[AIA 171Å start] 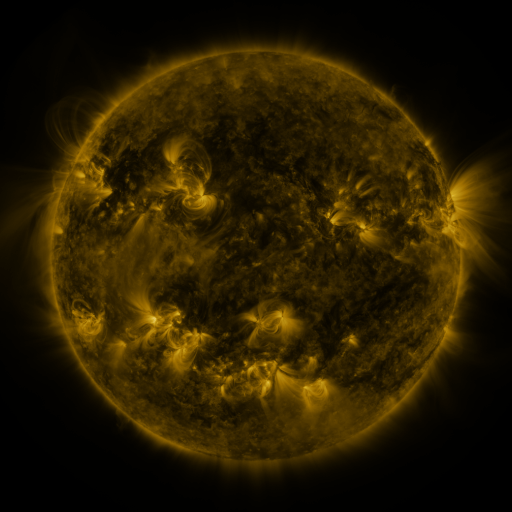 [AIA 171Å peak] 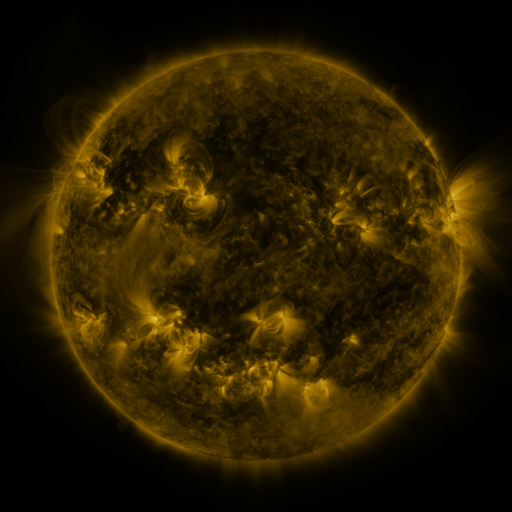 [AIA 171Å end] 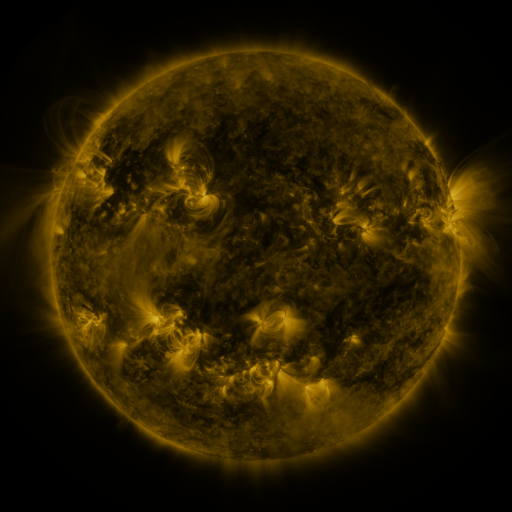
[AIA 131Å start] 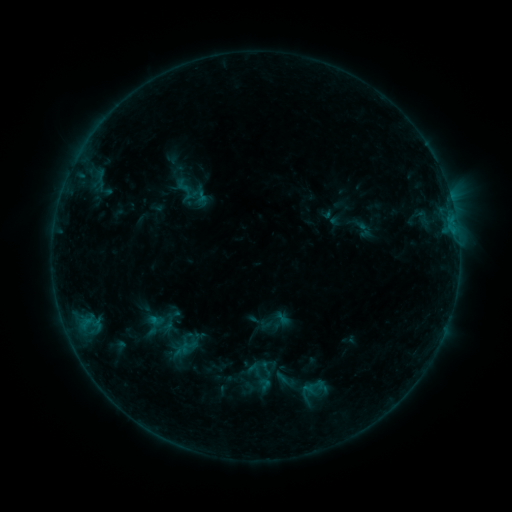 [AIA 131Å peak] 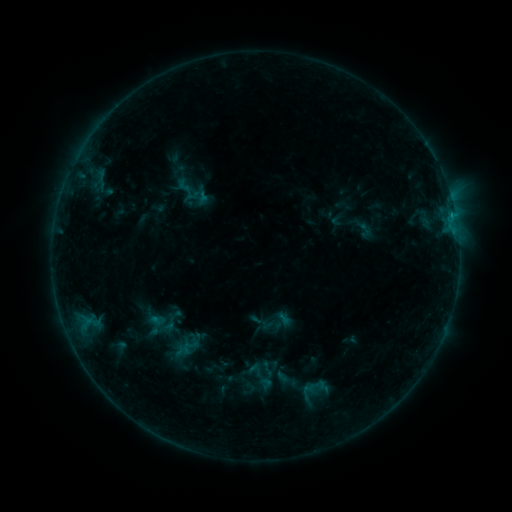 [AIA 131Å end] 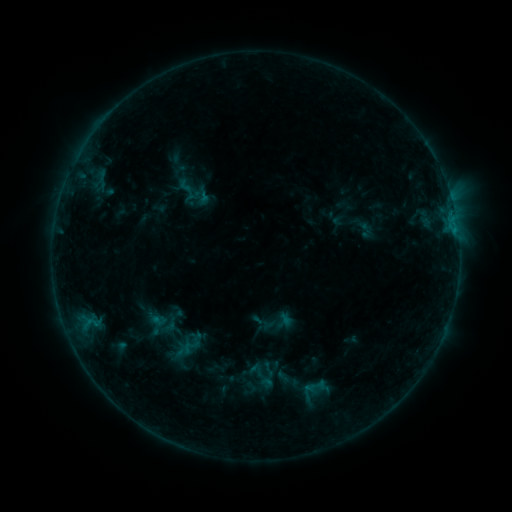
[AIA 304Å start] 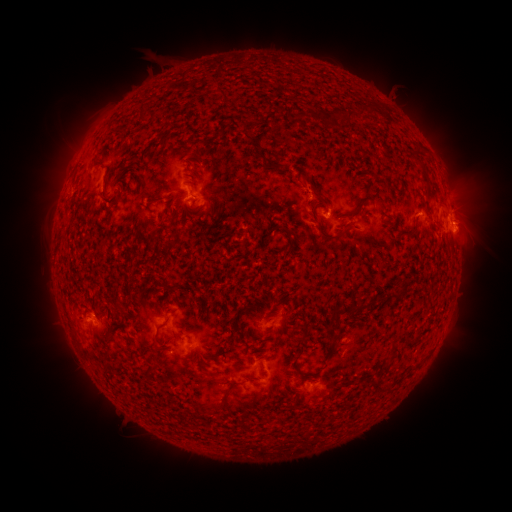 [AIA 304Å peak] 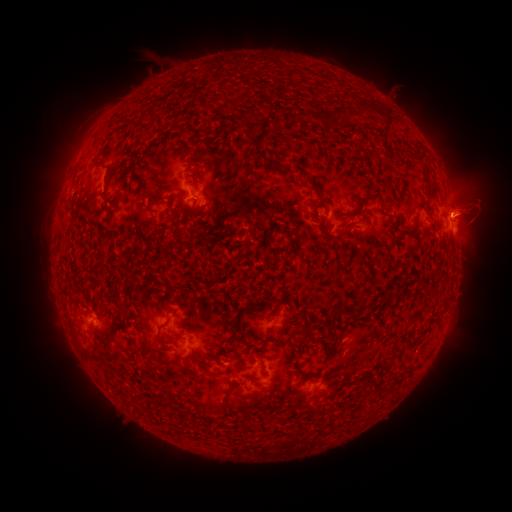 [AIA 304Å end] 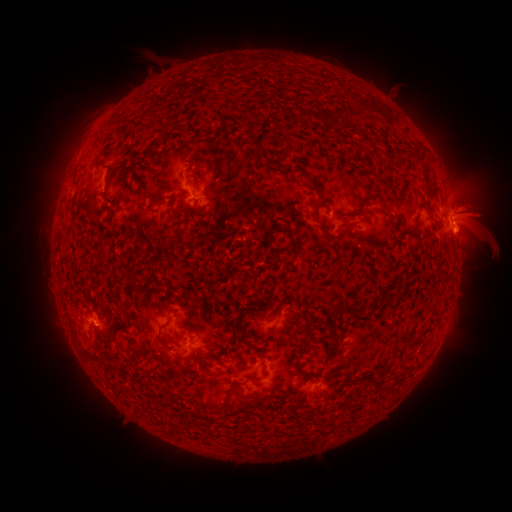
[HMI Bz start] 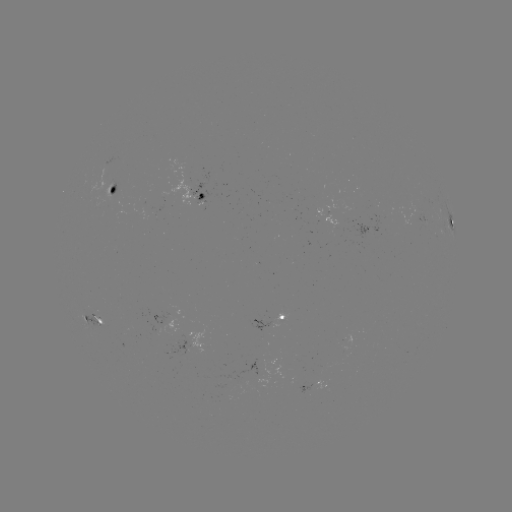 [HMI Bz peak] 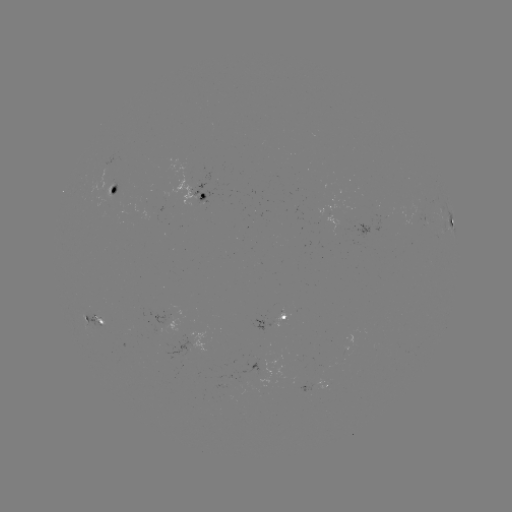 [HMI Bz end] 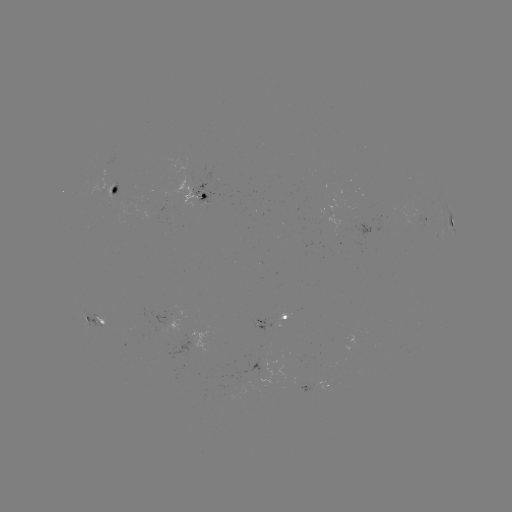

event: eruption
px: (482, 217)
